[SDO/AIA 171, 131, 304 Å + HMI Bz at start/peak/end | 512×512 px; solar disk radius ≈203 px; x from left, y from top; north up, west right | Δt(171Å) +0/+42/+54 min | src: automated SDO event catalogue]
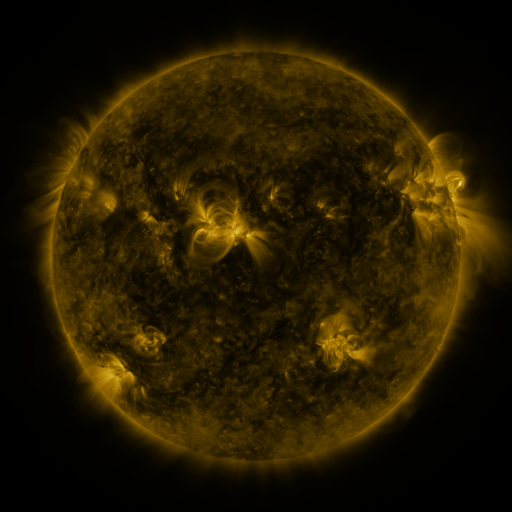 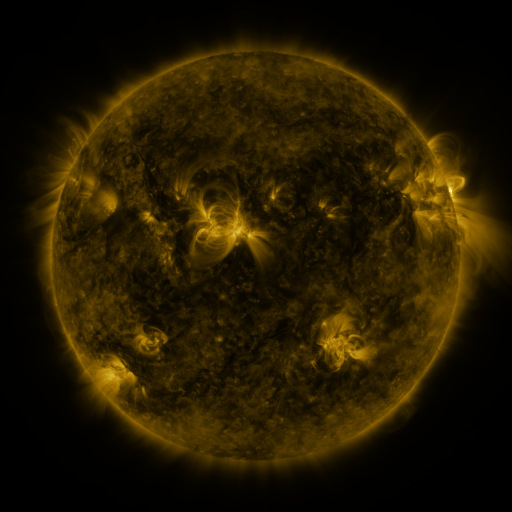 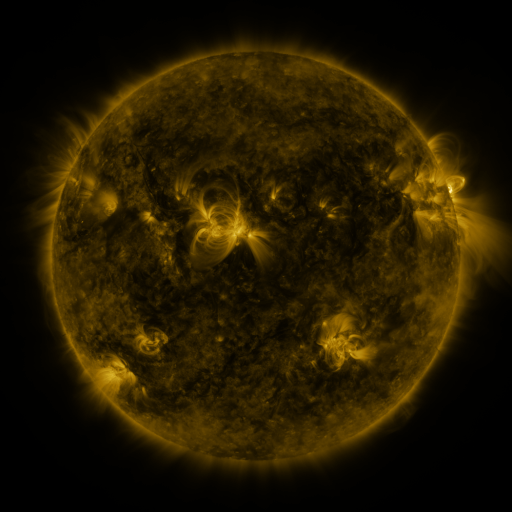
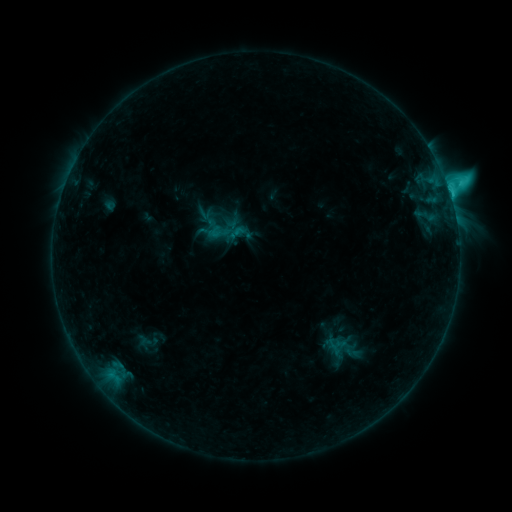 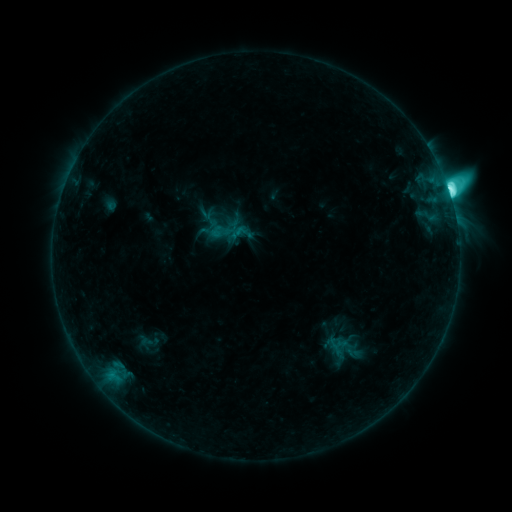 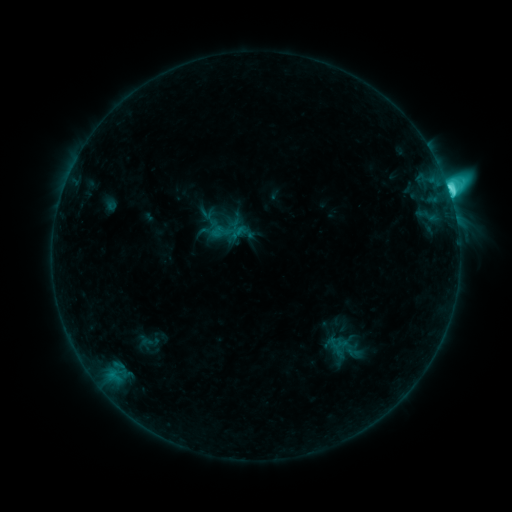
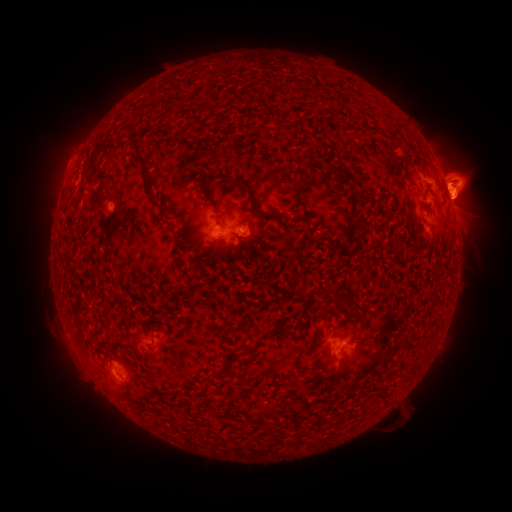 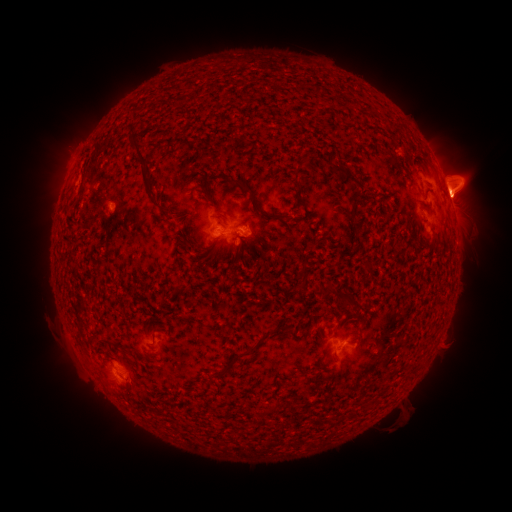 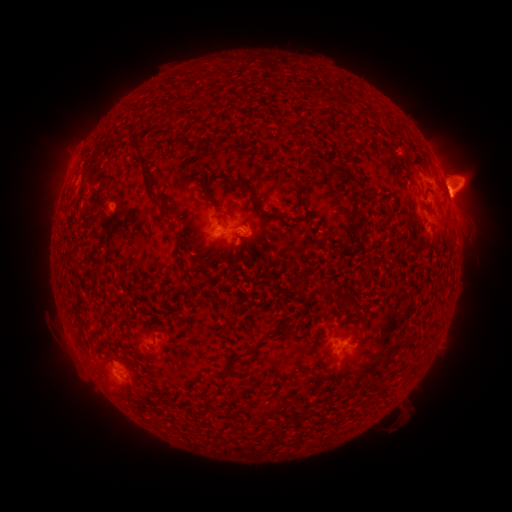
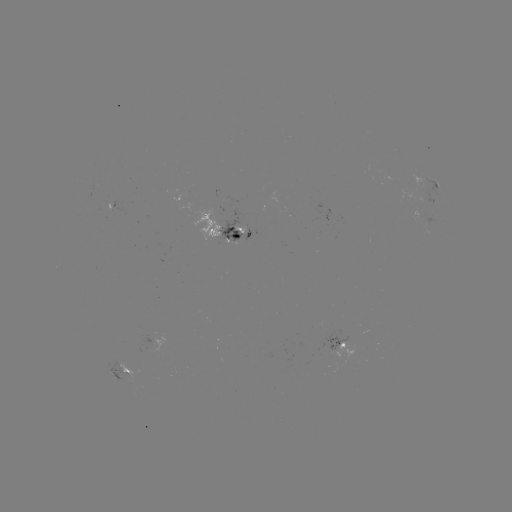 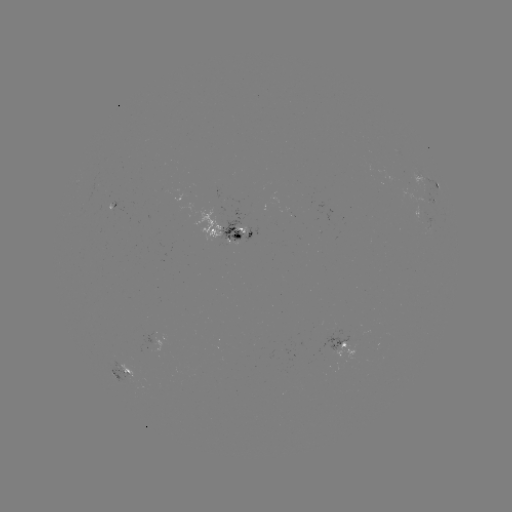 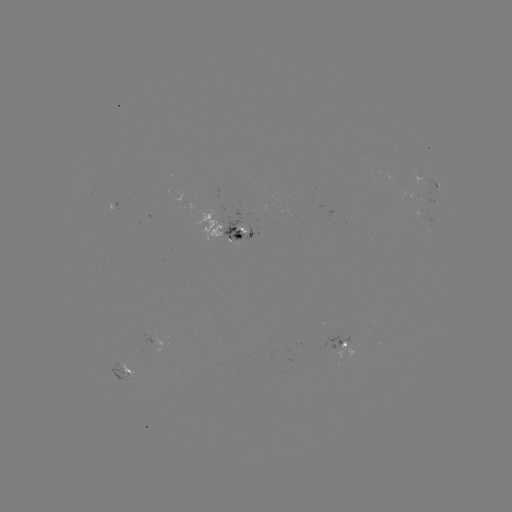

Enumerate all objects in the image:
M1.6 flare: (449, 194)
